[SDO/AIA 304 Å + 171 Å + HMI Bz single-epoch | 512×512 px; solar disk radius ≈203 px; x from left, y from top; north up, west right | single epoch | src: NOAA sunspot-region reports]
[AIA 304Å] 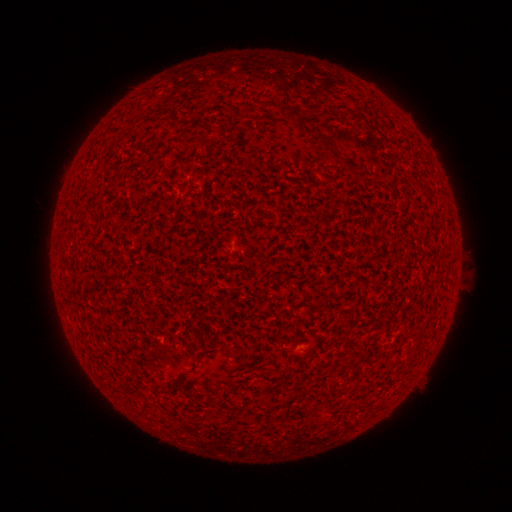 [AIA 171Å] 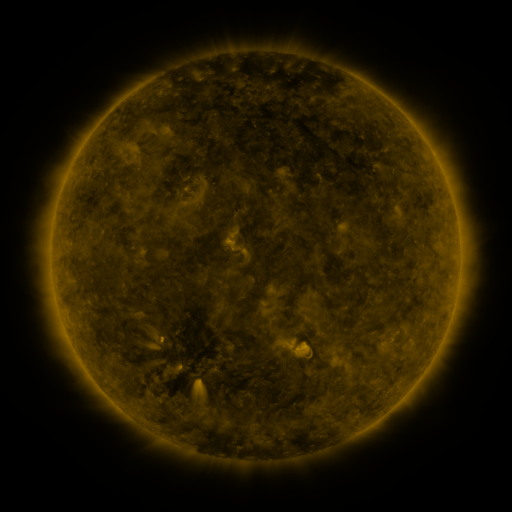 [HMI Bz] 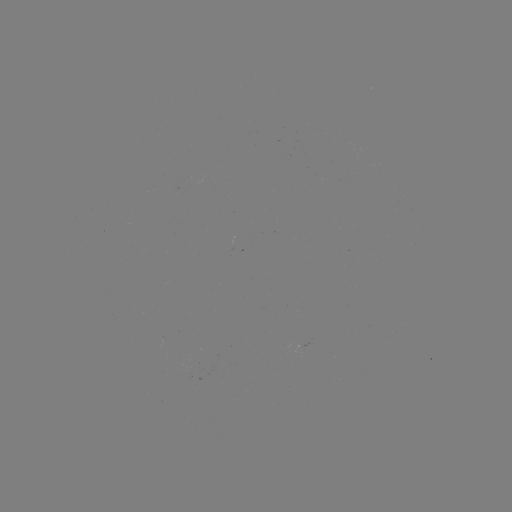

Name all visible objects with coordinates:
(none)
